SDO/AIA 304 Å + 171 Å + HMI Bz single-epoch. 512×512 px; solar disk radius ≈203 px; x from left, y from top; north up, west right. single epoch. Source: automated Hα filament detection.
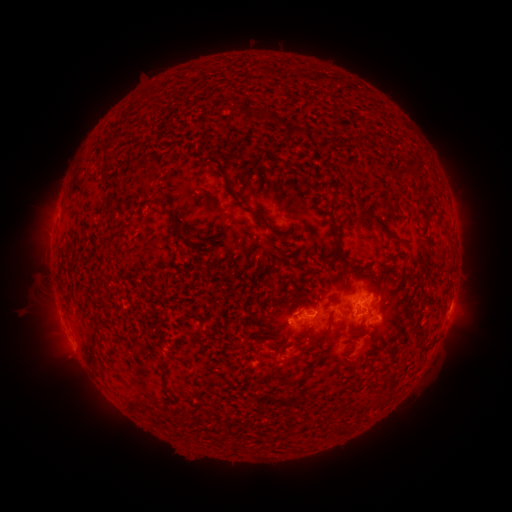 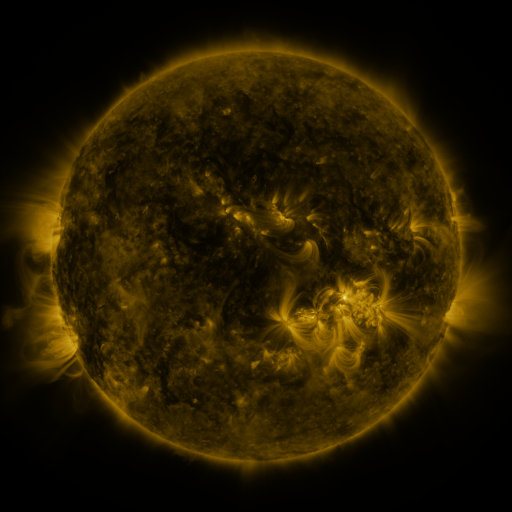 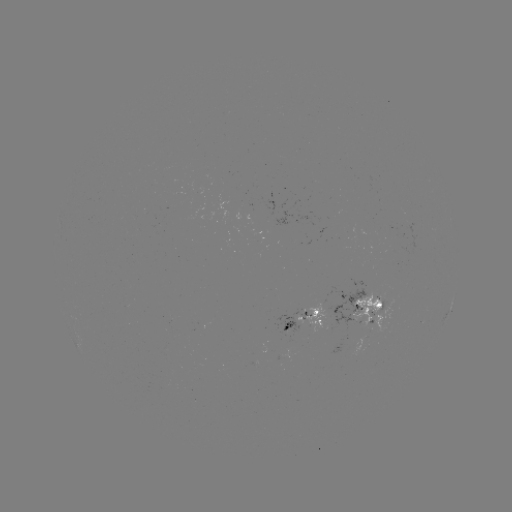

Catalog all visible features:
filament: [143, 90, 152, 101]
filament: [255, 110, 264, 119]
filament: [267, 111, 286, 127]
filament: [292, 125, 305, 135]
filament: [103, 146, 111, 157]
filament: [410, 161, 424, 178]
filament: [224, 177, 264, 222]
filament: [363, 209, 402, 244]
filament: [169, 215, 188, 242]
filament: [329, 223, 341, 241]
filament: [330, 243, 340, 261]
filament: [348, 263, 362, 273]
filament: [267, 278, 277, 285]
filament: [376, 287, 383, 300]
filament: [96, 300, 108, 310]
filament: [315, 316, 332, 337]
filament: [297, 323, 310, 329]
filament: [415, 338, 423, 348]
filament: [378, 361, 386, 371]
